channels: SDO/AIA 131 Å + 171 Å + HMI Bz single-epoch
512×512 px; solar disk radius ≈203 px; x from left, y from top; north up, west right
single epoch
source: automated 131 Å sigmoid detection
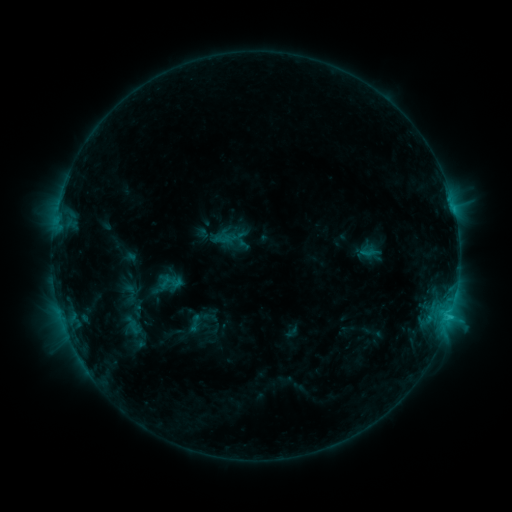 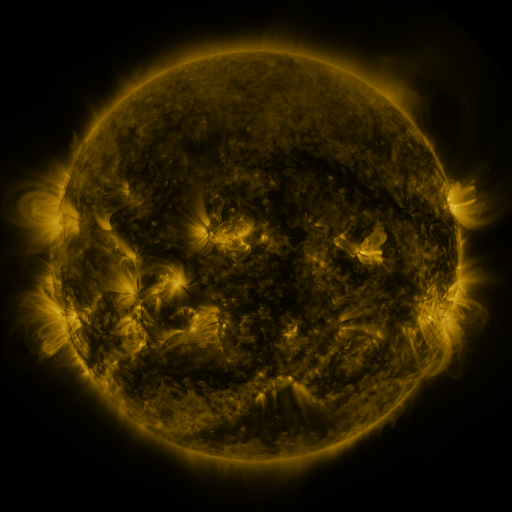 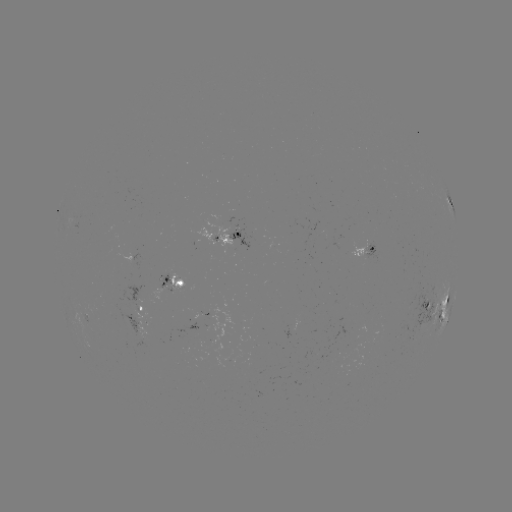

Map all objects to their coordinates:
sigmoid: (235, 243)
sigmoid: (130, 292)
sigmoid: (195, 323)
